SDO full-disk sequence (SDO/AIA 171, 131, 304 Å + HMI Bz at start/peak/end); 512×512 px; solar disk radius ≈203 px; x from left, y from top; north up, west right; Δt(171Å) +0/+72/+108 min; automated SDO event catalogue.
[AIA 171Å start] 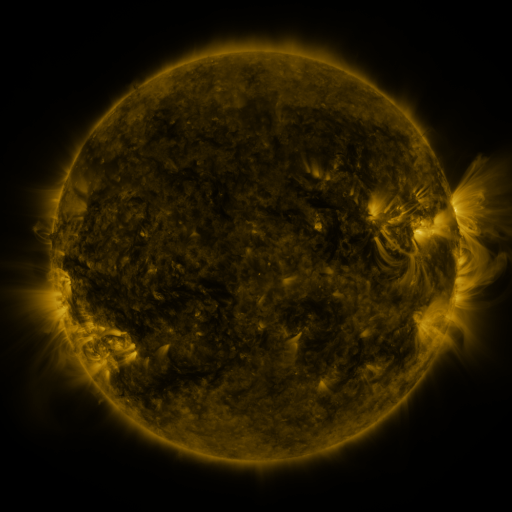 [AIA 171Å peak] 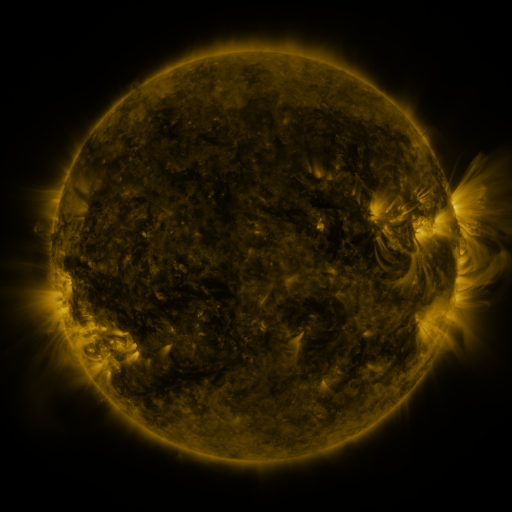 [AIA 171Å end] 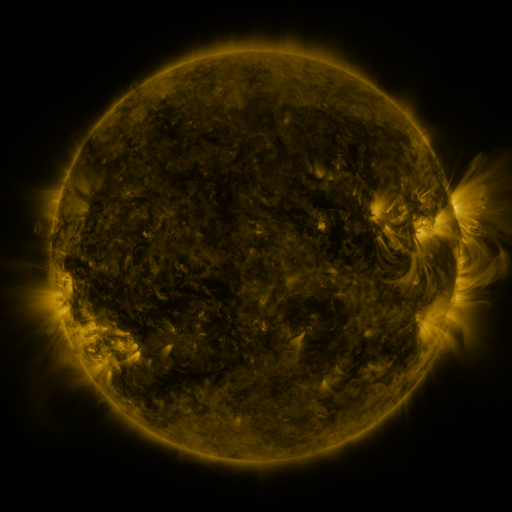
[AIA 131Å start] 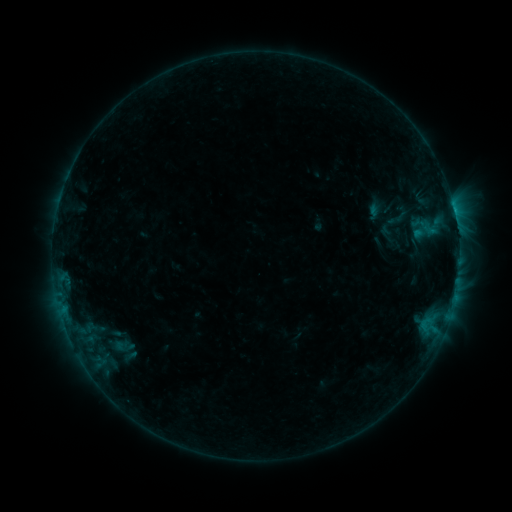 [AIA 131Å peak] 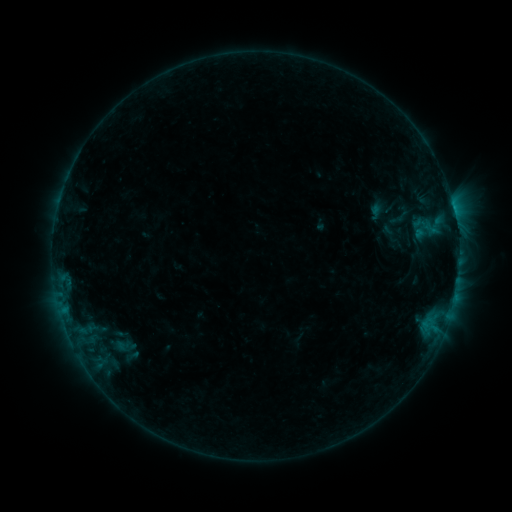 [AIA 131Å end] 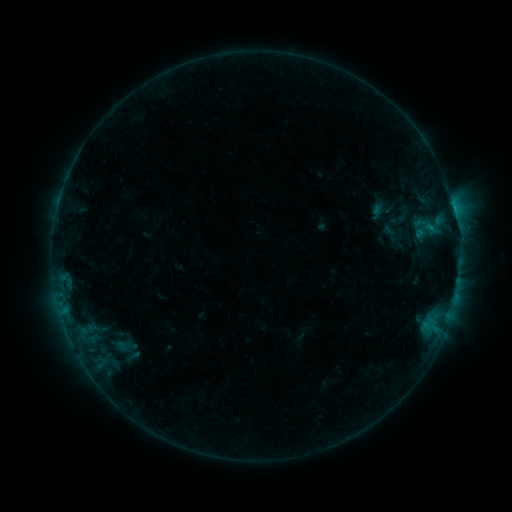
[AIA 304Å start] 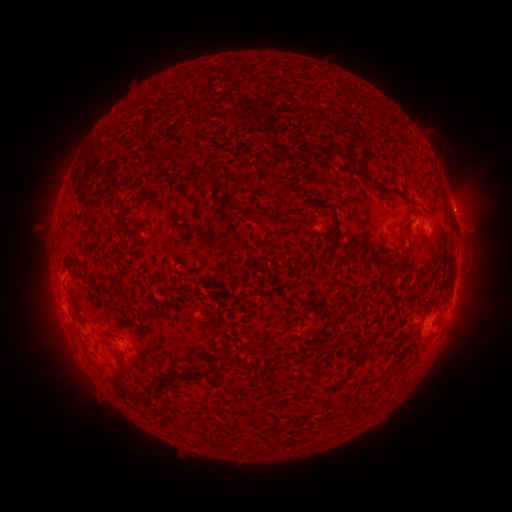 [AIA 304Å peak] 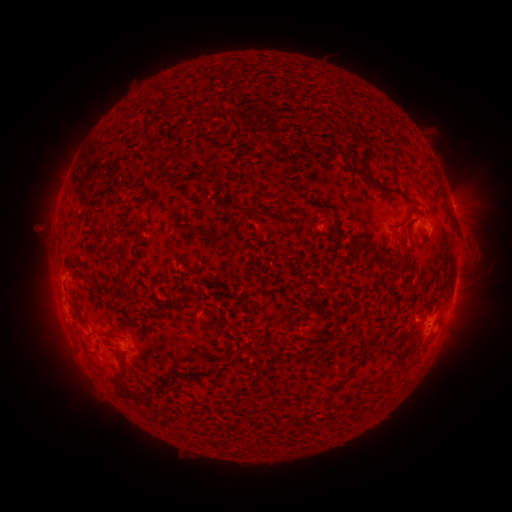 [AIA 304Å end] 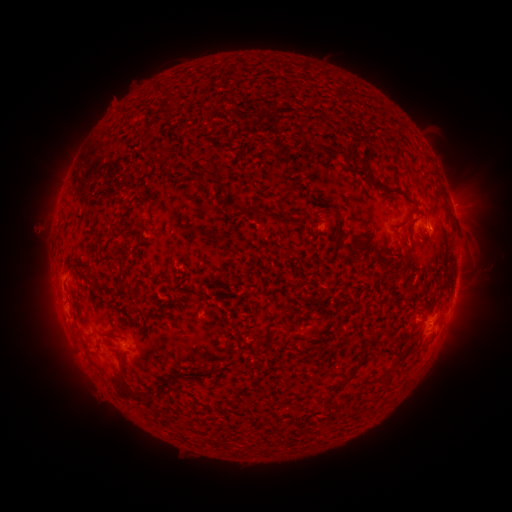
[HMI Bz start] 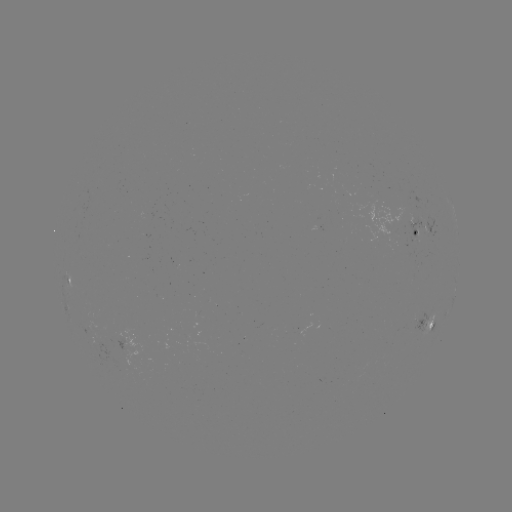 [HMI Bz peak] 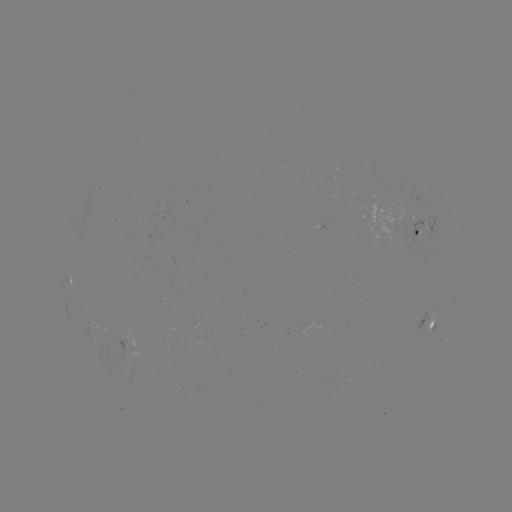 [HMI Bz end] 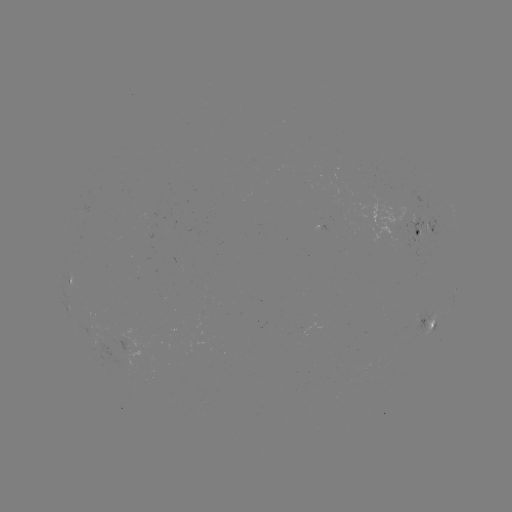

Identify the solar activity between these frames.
emerging-flux region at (150, 216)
